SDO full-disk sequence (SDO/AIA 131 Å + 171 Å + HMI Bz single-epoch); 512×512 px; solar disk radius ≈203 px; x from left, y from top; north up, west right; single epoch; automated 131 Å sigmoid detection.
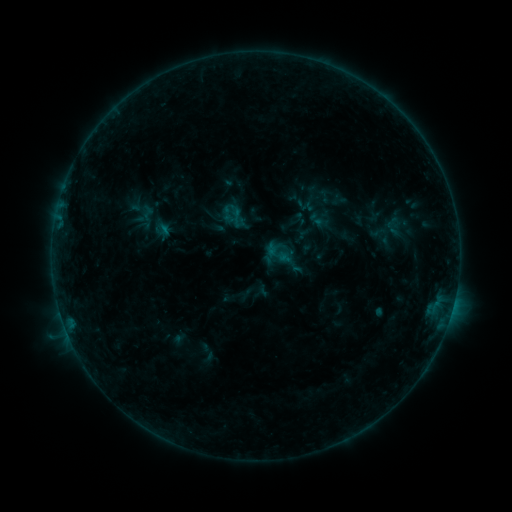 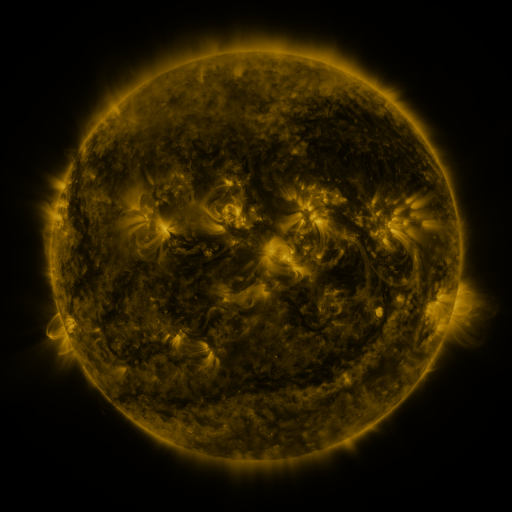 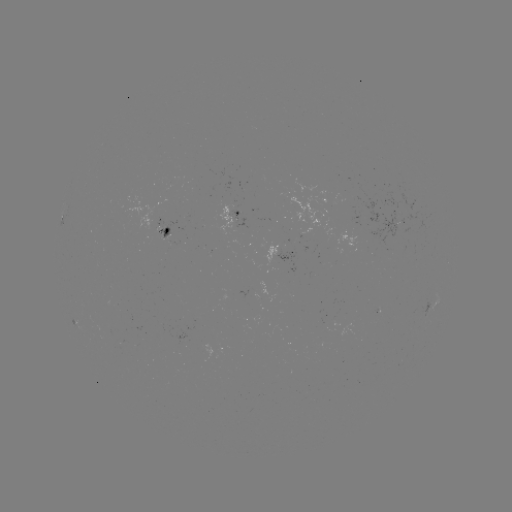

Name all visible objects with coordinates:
sigmoid: (279, 253)
